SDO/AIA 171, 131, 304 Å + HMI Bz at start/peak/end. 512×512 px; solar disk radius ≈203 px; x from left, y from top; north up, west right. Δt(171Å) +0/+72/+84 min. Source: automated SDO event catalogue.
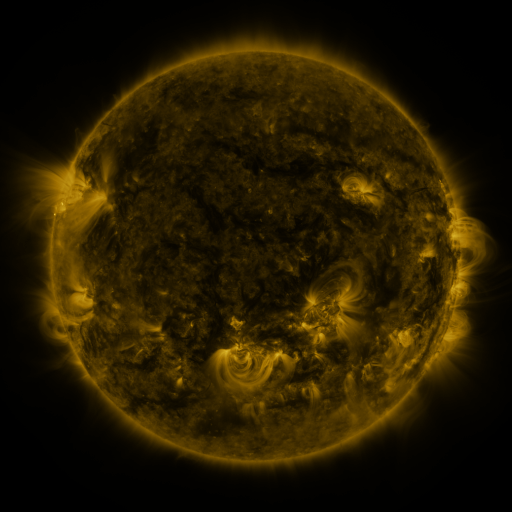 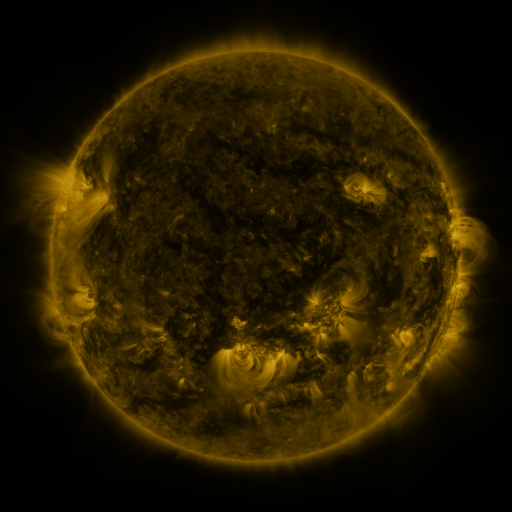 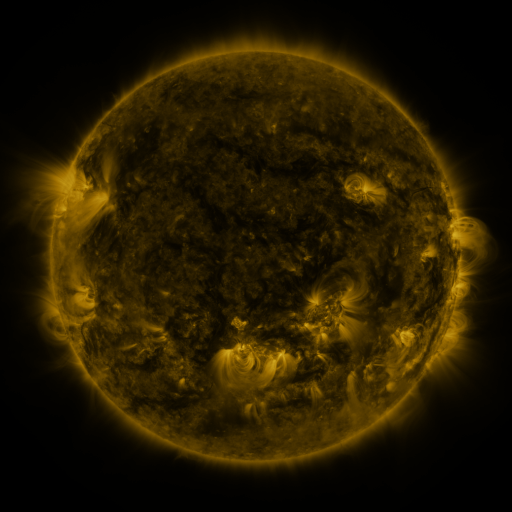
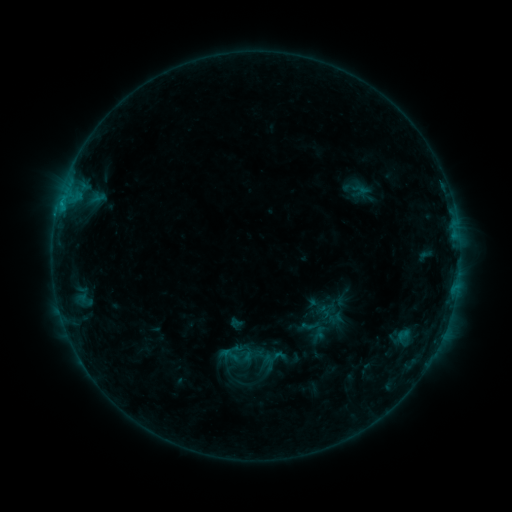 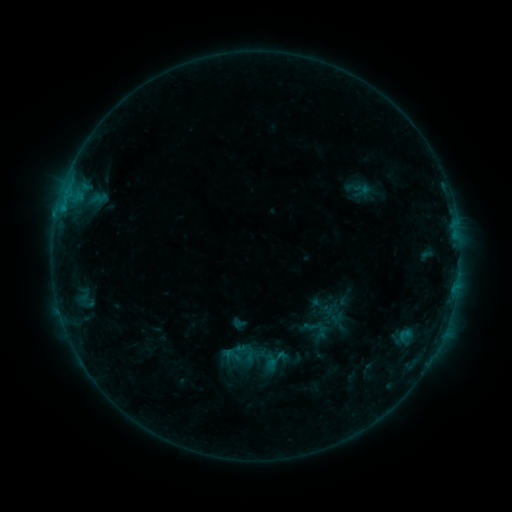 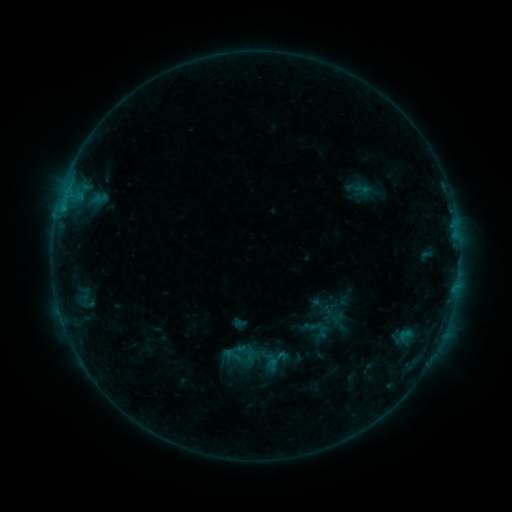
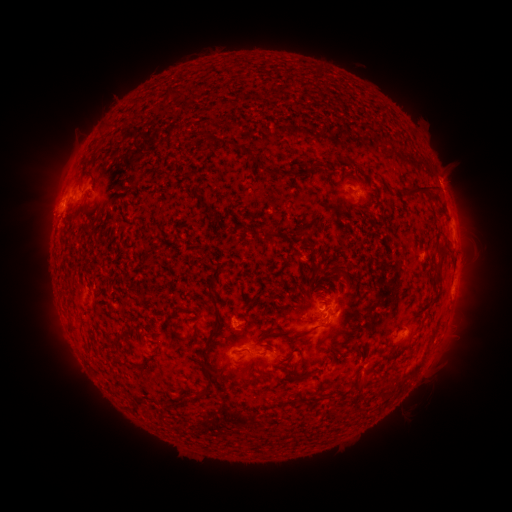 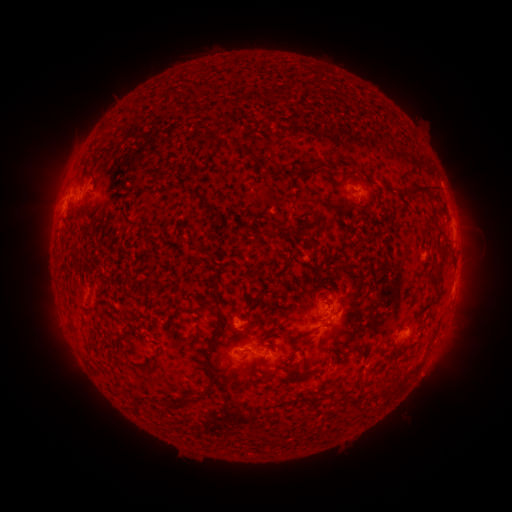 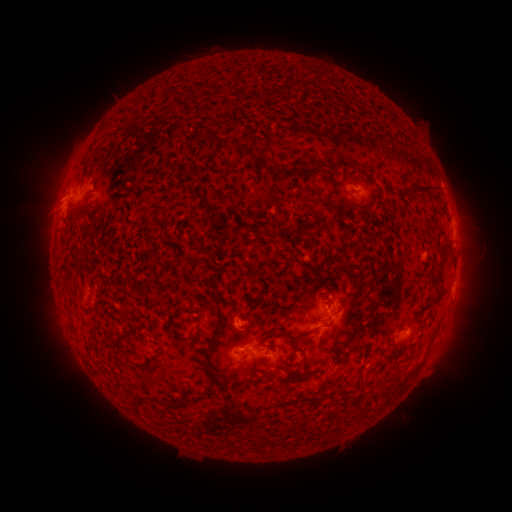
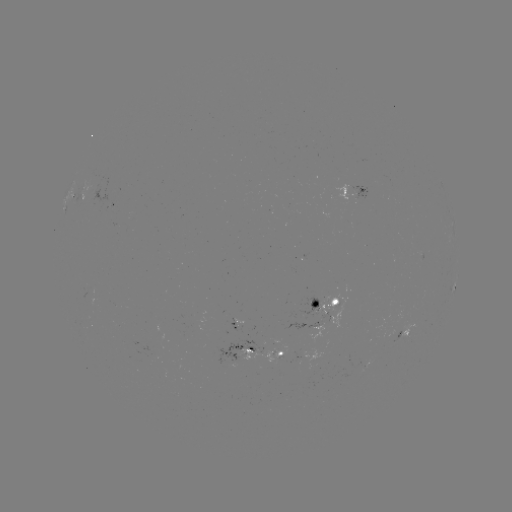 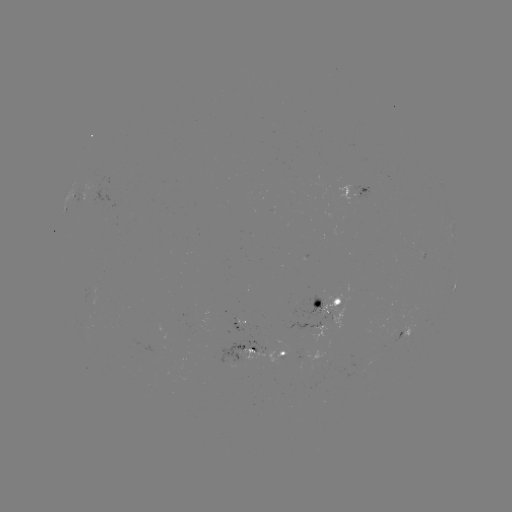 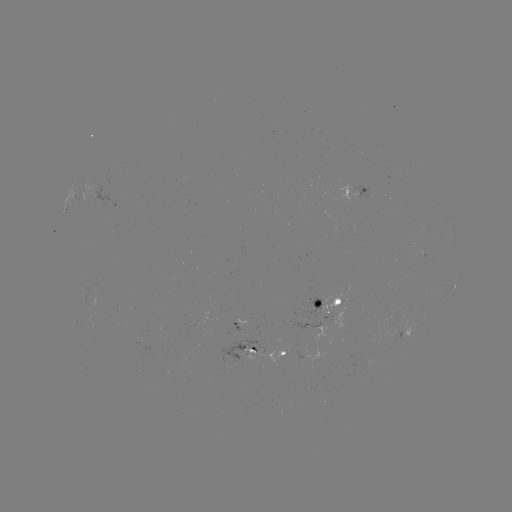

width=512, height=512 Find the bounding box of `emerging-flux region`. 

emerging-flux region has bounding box [302, 295, 326, 316].